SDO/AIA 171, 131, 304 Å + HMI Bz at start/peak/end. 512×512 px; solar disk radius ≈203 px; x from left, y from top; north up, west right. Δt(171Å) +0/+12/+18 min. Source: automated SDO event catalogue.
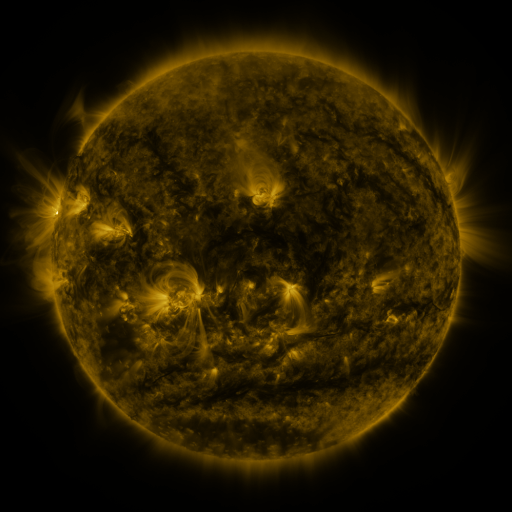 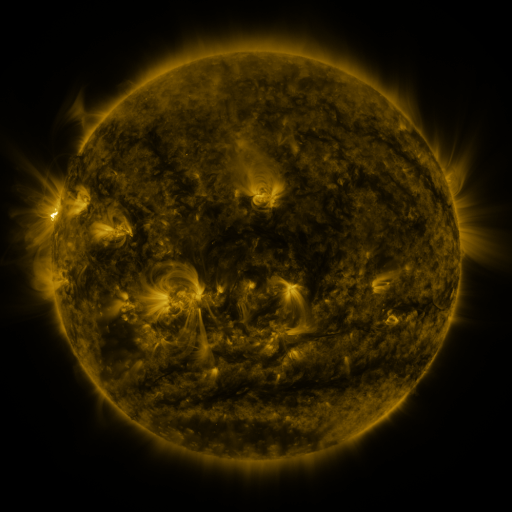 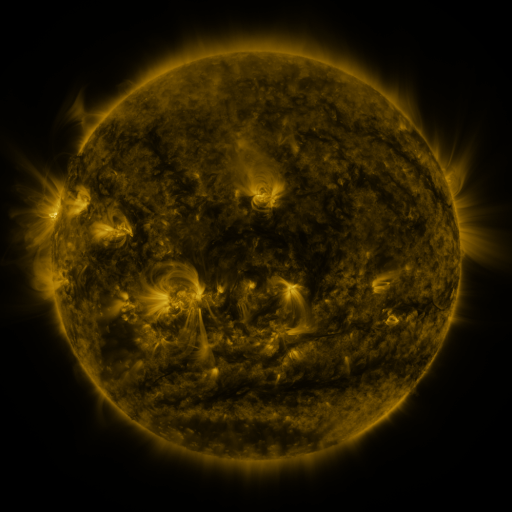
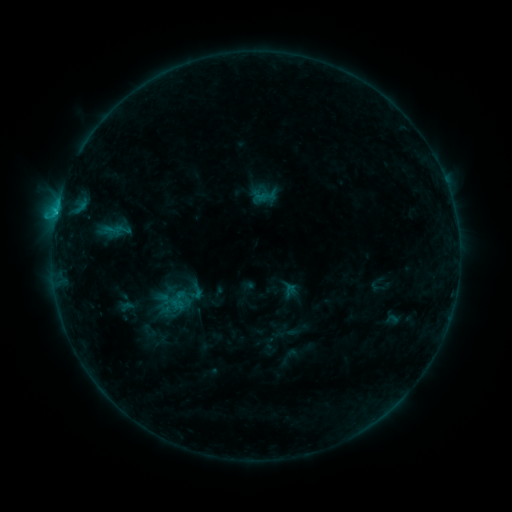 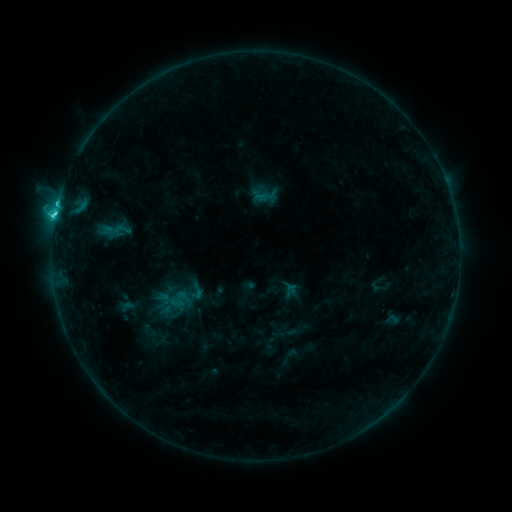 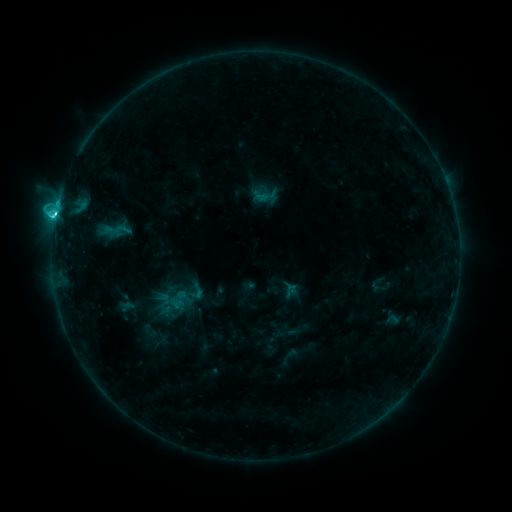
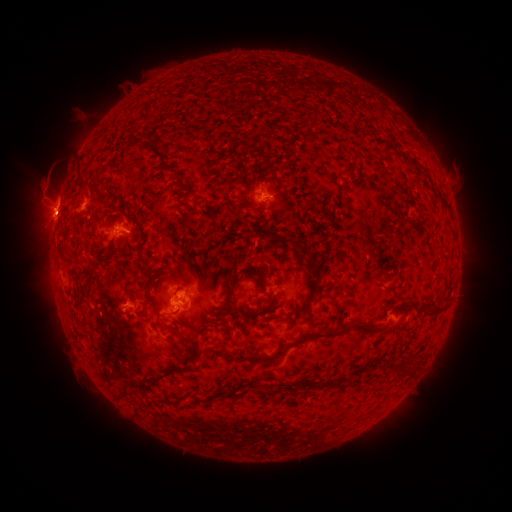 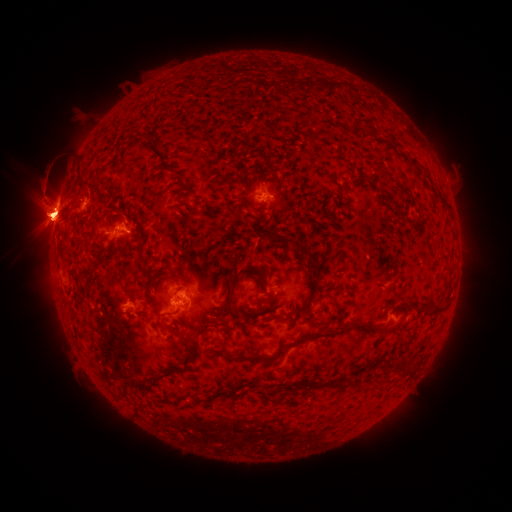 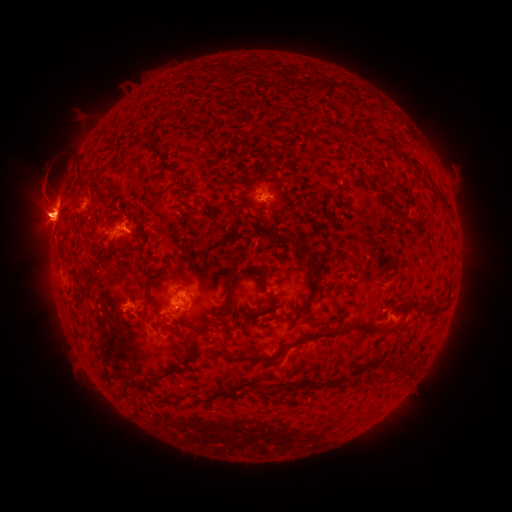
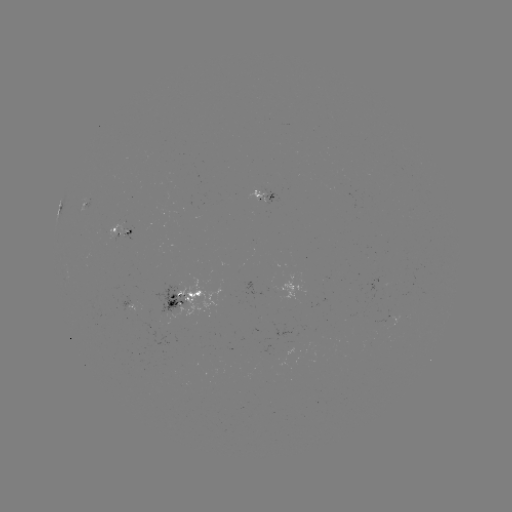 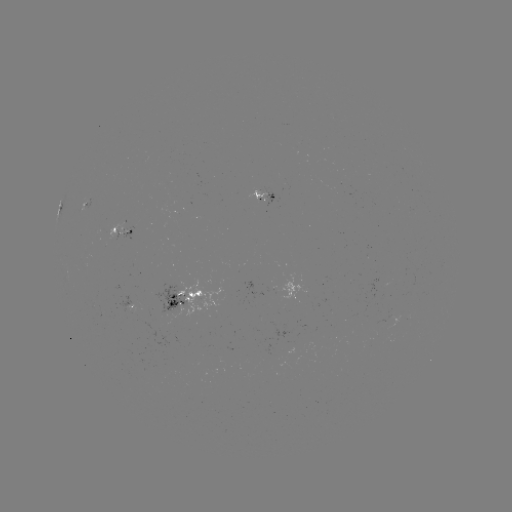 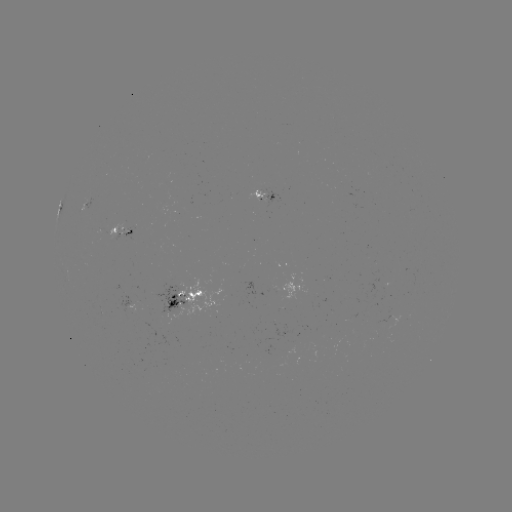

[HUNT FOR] C5.1 flare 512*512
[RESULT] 128,231